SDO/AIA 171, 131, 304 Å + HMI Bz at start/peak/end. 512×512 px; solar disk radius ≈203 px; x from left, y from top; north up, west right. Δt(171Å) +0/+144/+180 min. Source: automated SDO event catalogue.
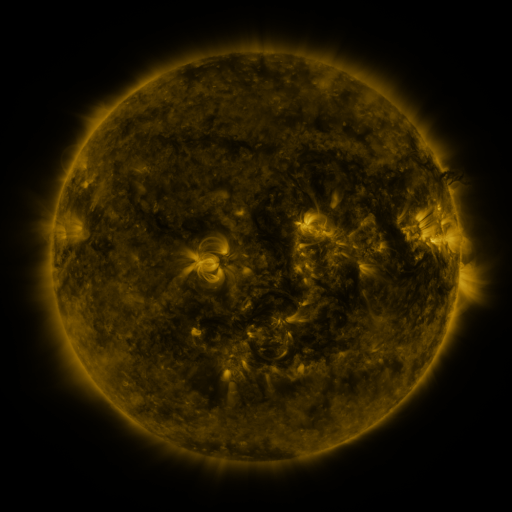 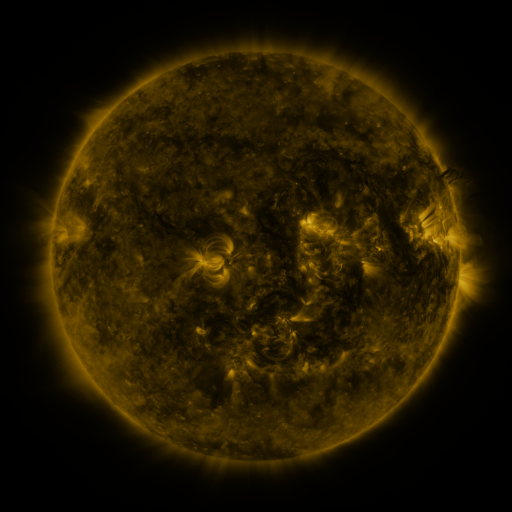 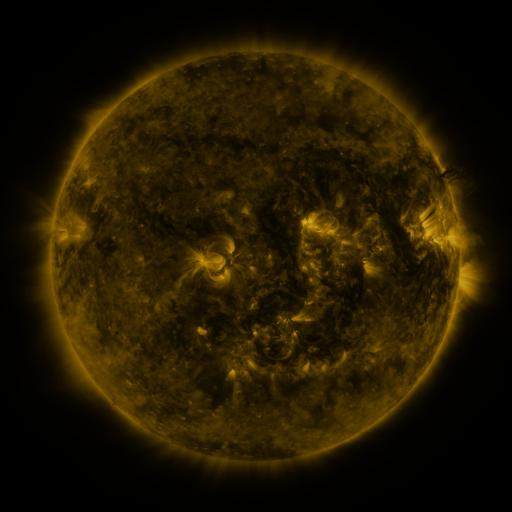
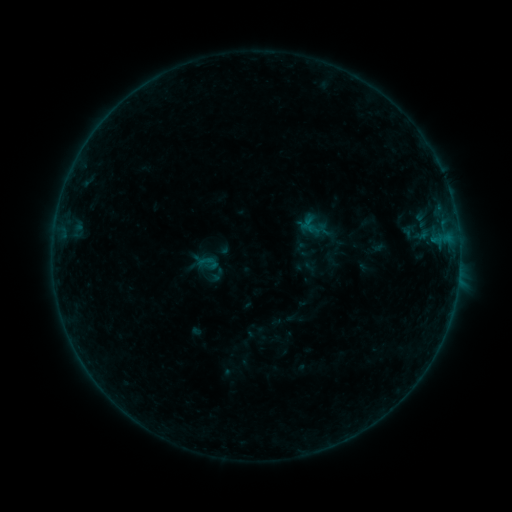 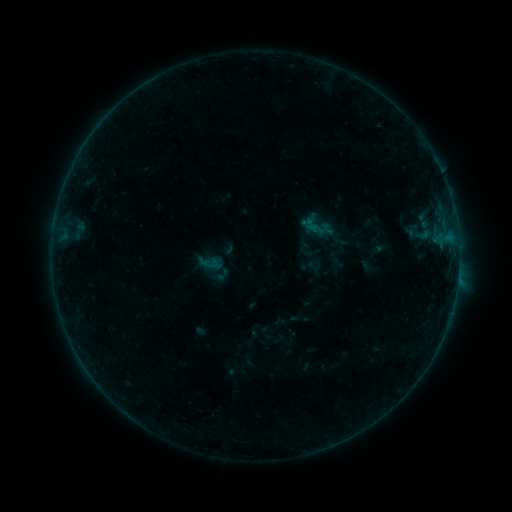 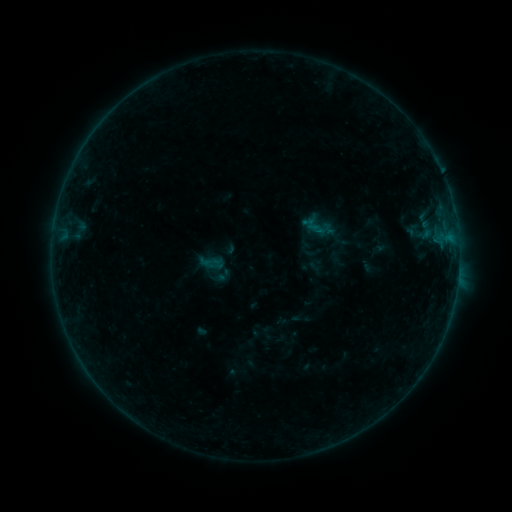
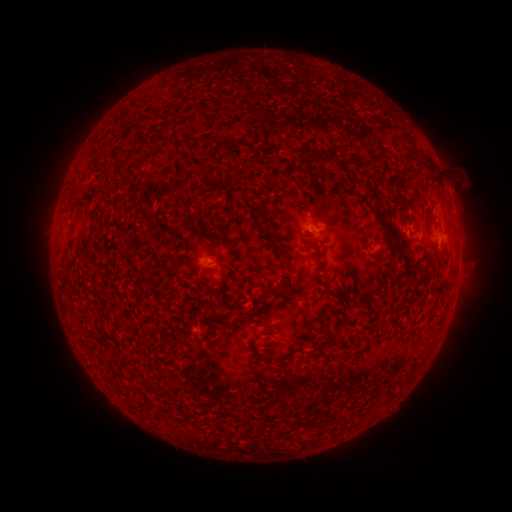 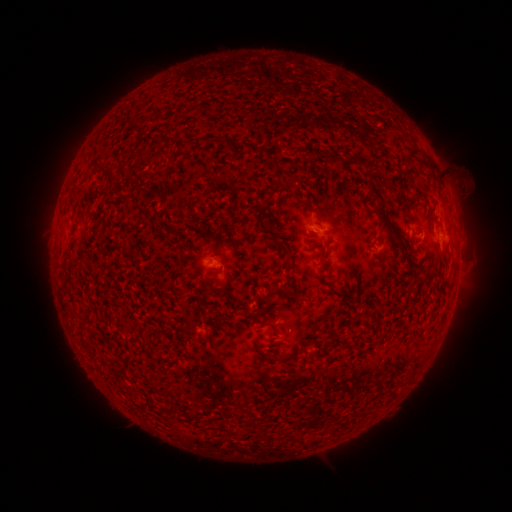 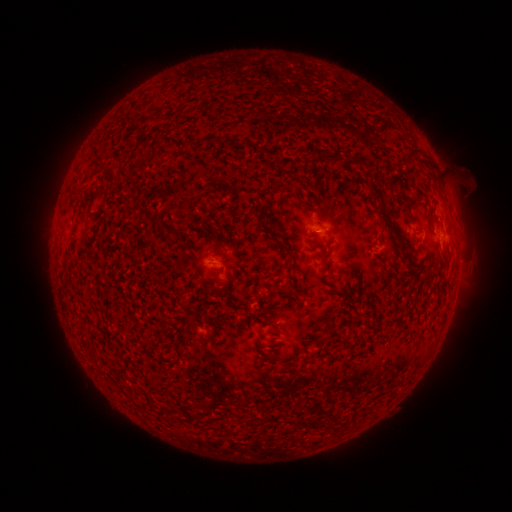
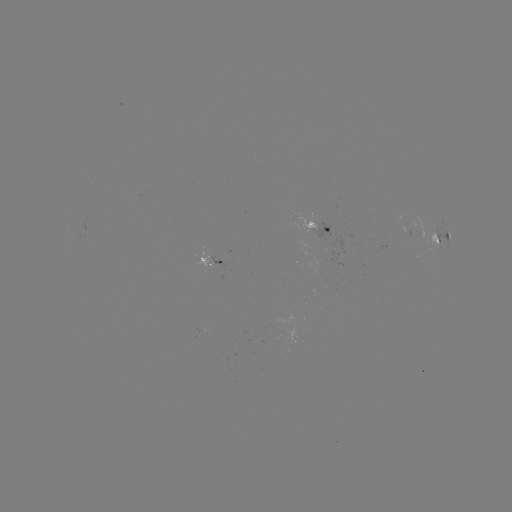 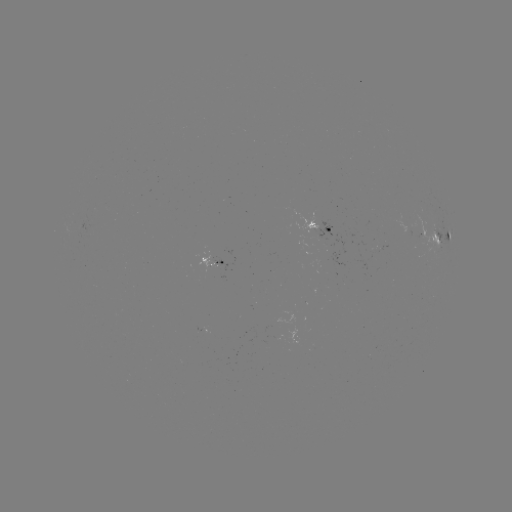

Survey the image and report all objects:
emerging-flux region: (320, 234)
